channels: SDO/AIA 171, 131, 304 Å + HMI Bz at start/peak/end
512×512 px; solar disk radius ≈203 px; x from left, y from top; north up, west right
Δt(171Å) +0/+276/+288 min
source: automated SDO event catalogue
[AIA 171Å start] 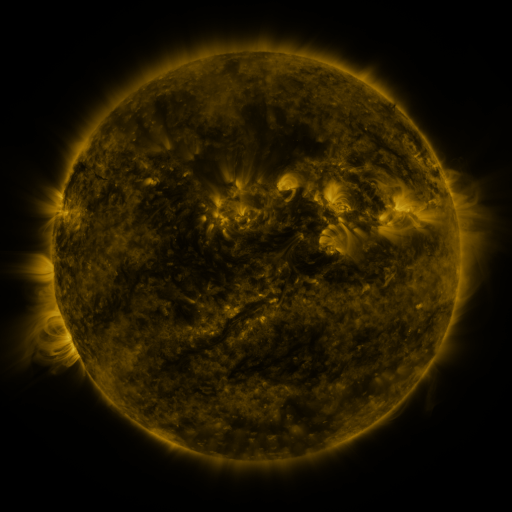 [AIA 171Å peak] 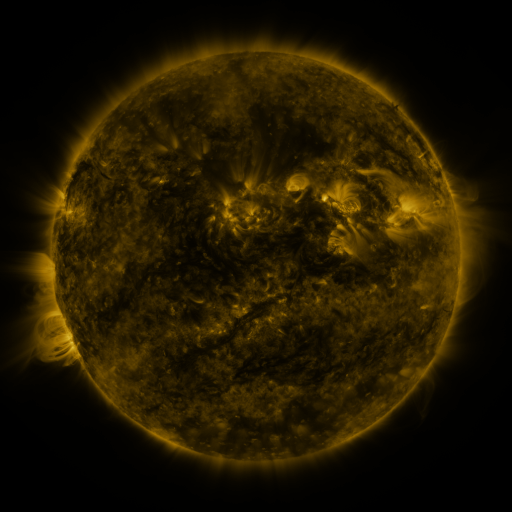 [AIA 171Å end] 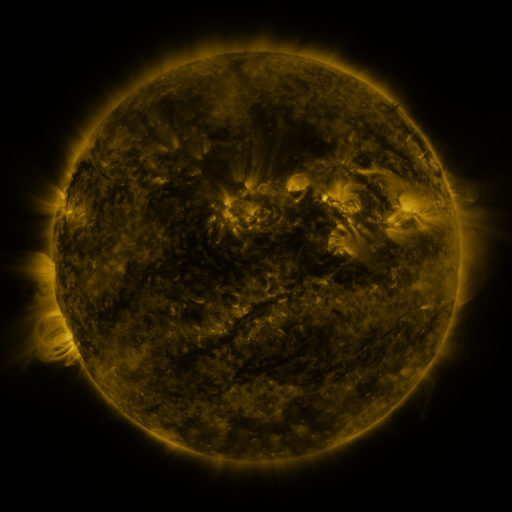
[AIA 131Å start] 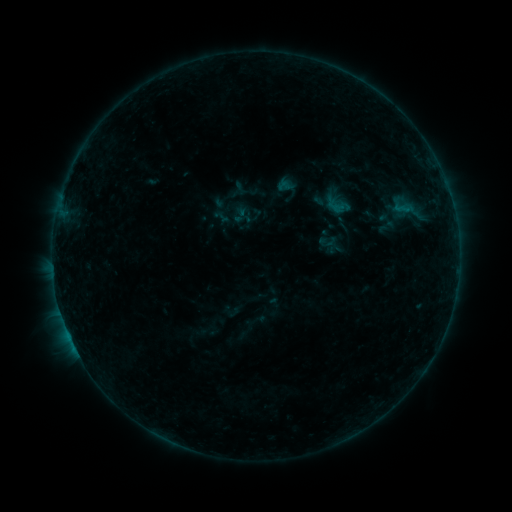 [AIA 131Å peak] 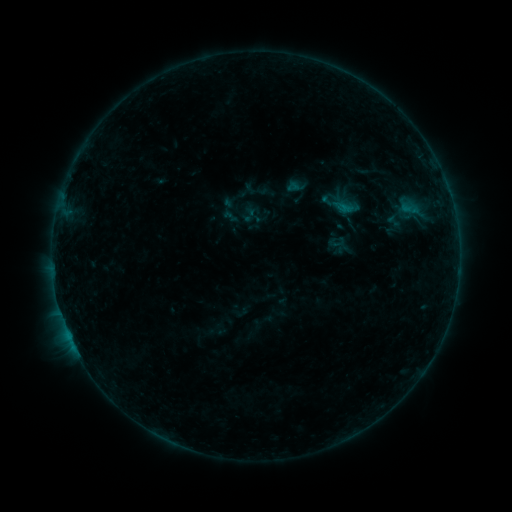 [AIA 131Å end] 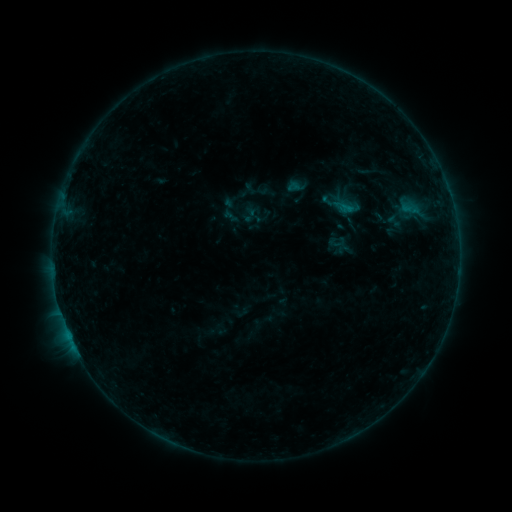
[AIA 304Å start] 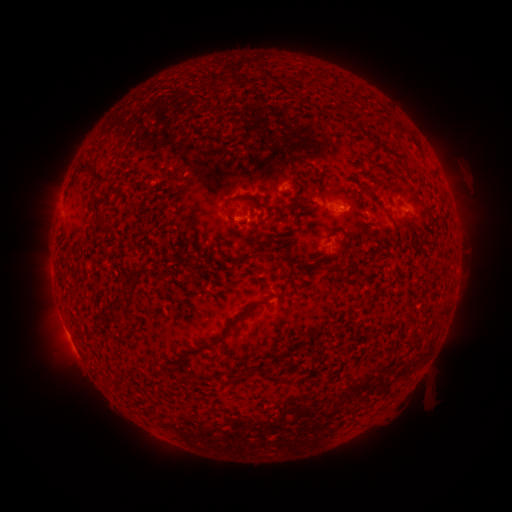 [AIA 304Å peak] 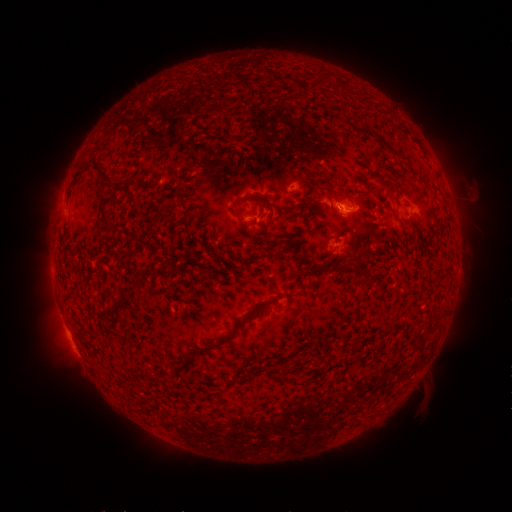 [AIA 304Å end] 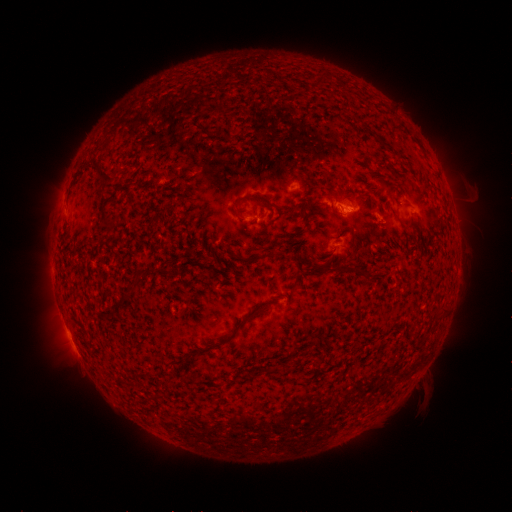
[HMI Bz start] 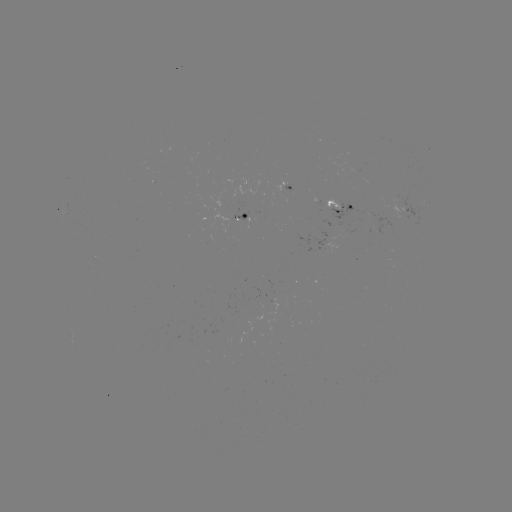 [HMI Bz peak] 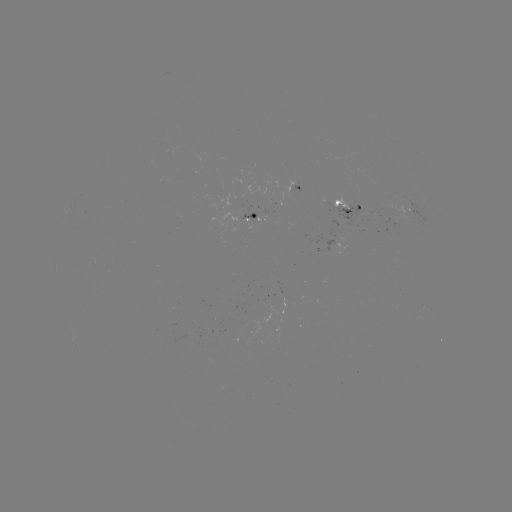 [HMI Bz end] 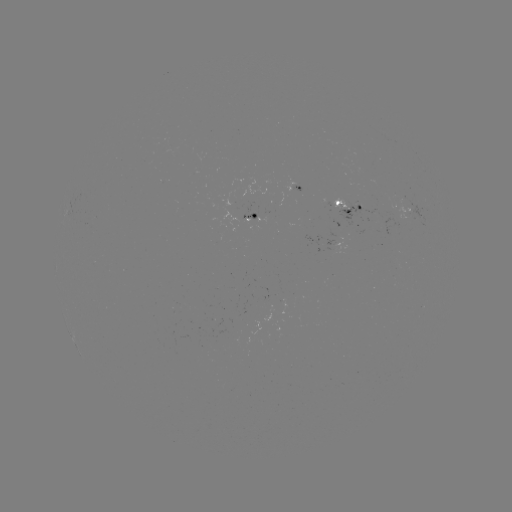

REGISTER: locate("emerging-flux region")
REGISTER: [347, 223]